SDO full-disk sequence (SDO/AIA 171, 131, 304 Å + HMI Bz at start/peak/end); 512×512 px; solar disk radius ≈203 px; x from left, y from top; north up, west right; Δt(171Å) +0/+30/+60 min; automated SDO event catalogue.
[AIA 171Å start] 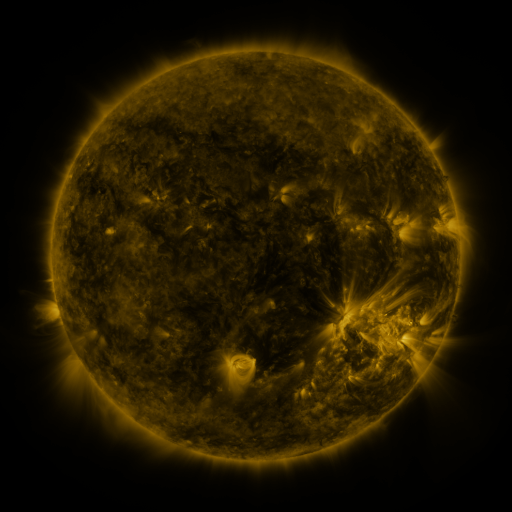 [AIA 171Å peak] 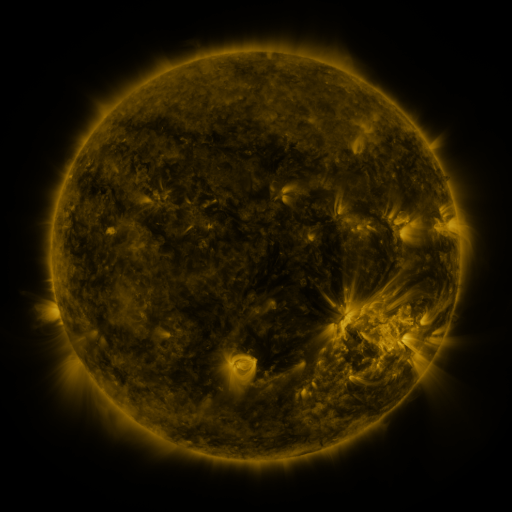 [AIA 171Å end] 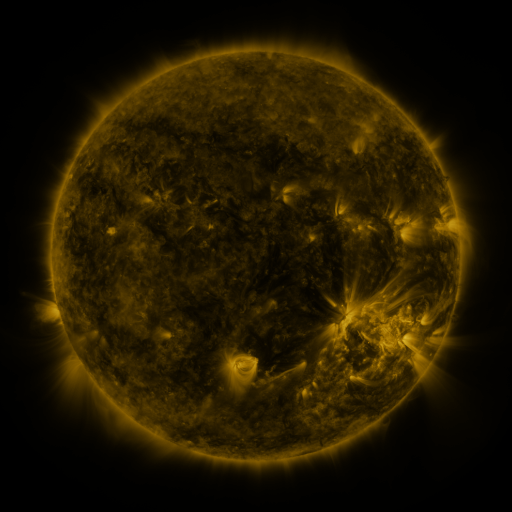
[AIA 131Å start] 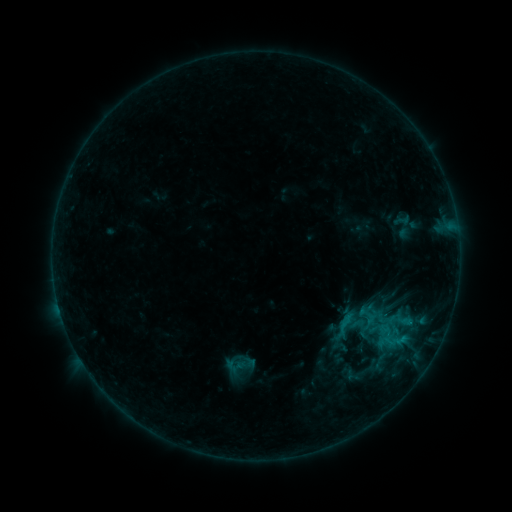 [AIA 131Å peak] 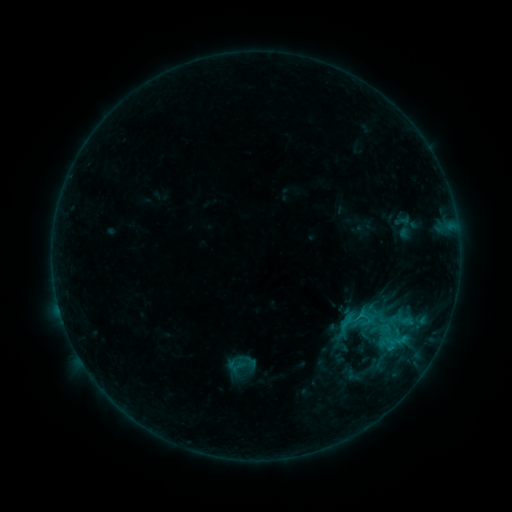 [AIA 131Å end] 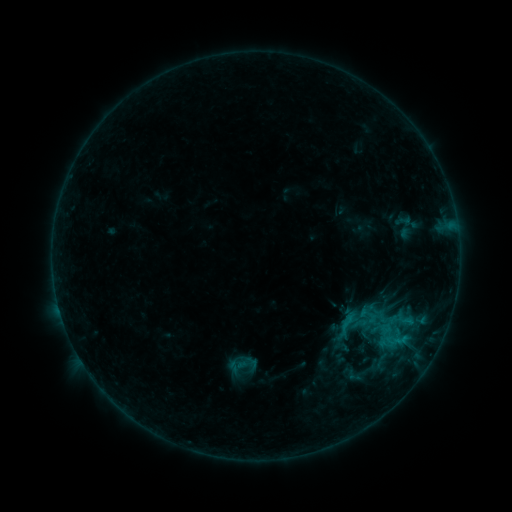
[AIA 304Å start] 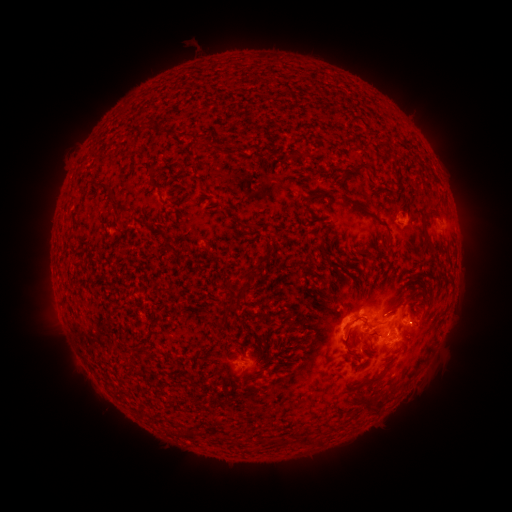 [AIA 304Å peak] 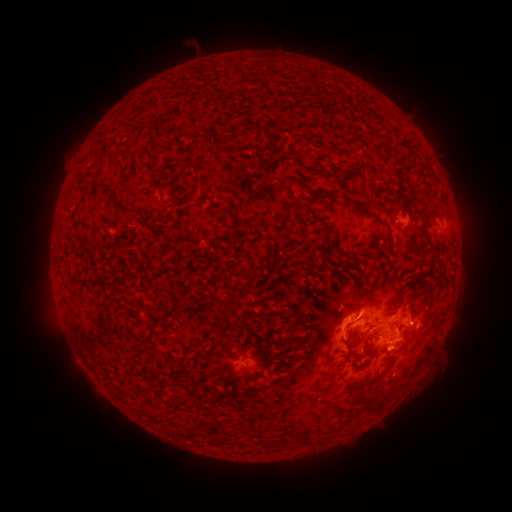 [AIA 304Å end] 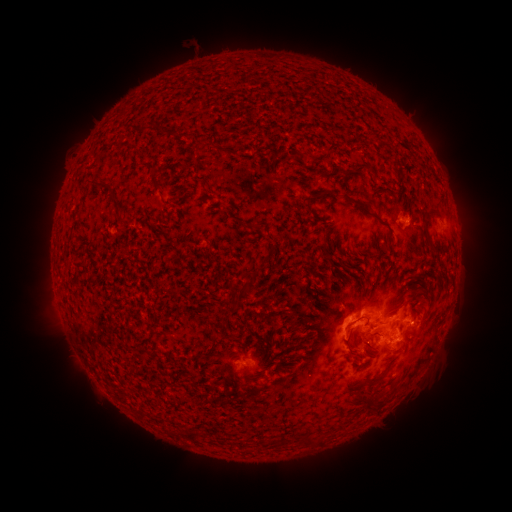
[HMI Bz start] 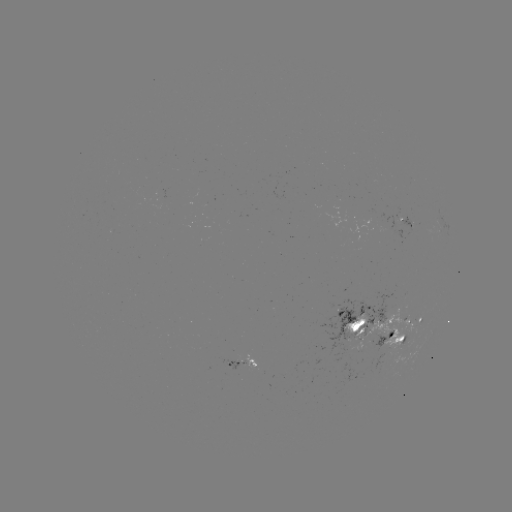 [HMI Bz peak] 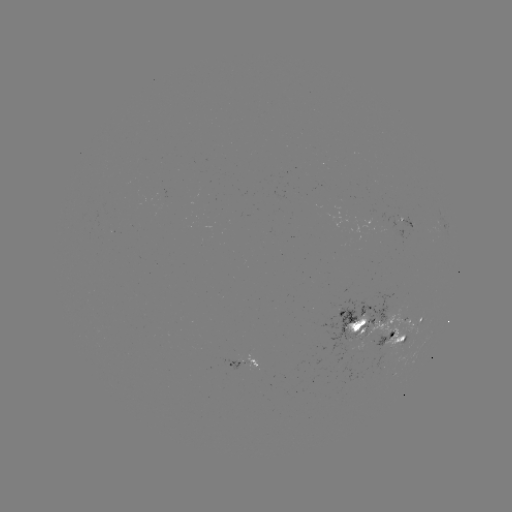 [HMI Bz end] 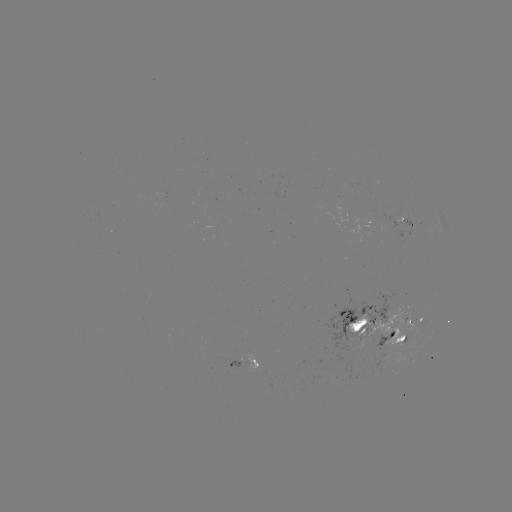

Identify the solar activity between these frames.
C1.0 flare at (358, 314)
